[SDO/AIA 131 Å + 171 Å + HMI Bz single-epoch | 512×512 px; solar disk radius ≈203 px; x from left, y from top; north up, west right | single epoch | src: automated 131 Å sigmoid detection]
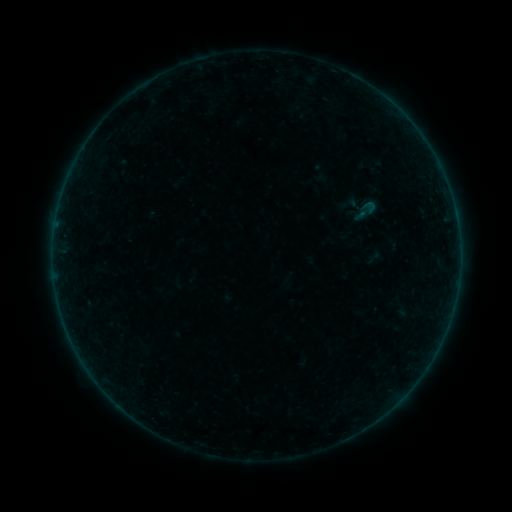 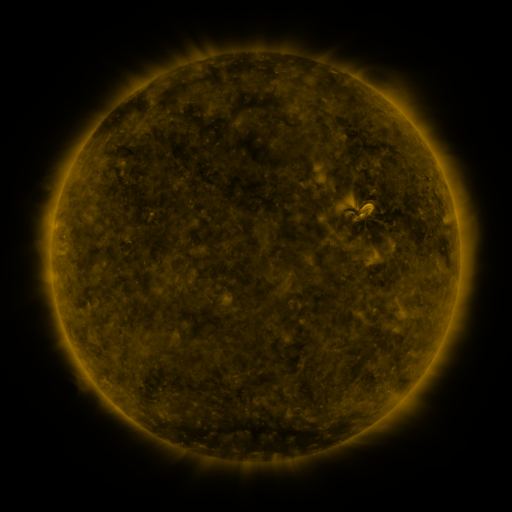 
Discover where sigmoid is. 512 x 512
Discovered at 366,211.